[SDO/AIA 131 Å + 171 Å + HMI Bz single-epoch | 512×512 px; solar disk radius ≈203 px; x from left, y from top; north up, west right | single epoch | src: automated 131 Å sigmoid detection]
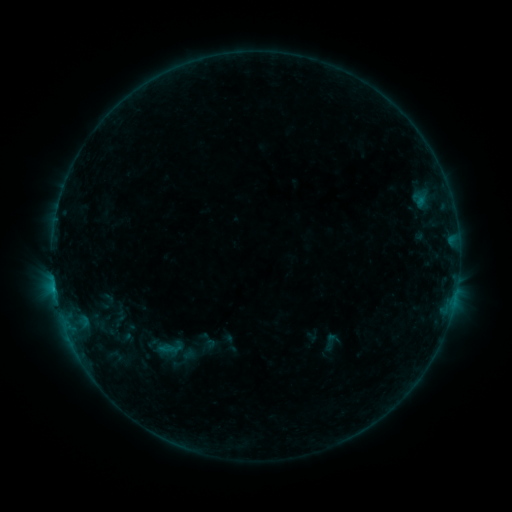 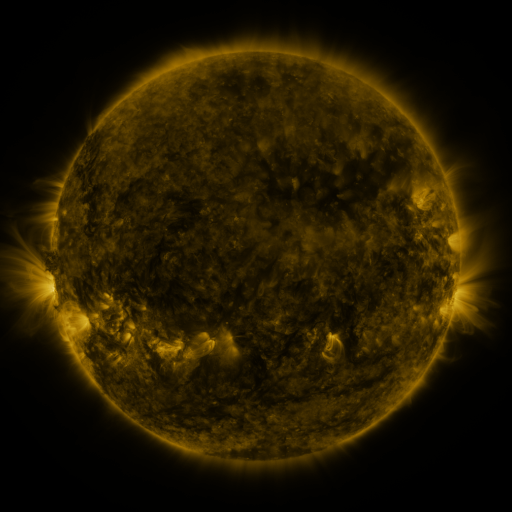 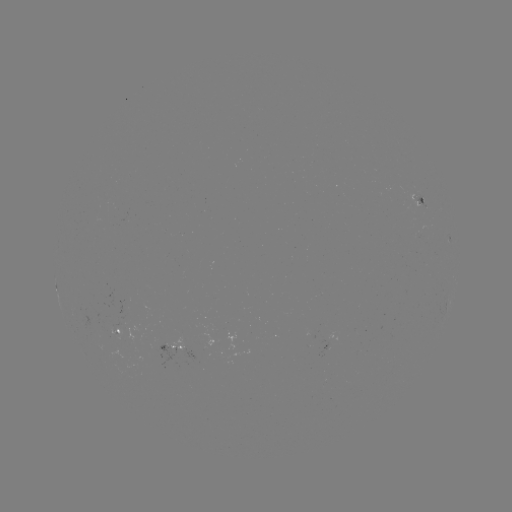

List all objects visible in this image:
sigmoid: (170, 348)
